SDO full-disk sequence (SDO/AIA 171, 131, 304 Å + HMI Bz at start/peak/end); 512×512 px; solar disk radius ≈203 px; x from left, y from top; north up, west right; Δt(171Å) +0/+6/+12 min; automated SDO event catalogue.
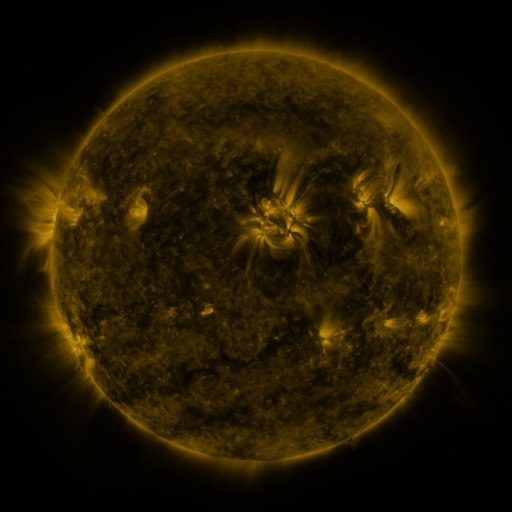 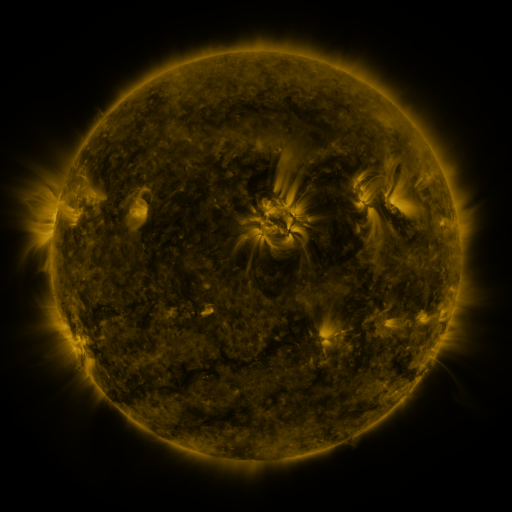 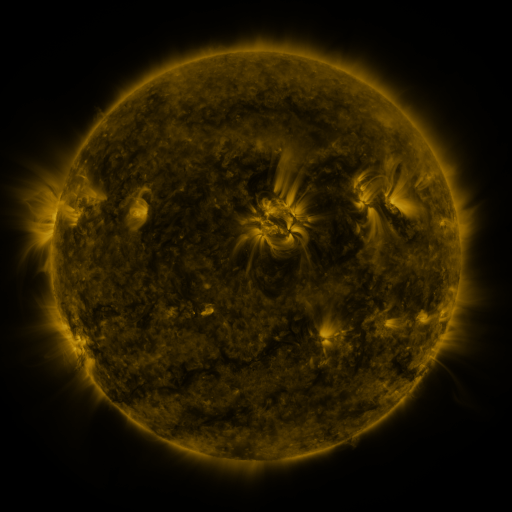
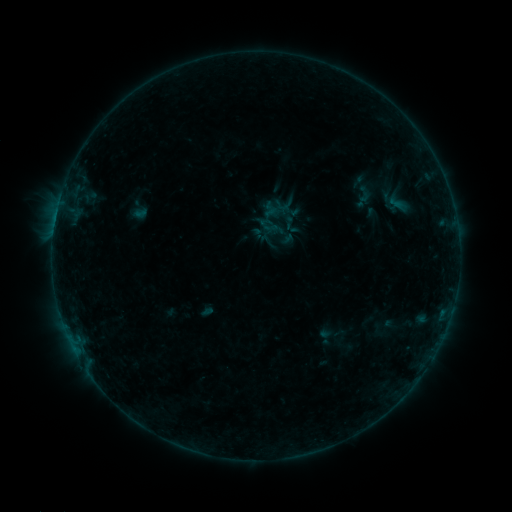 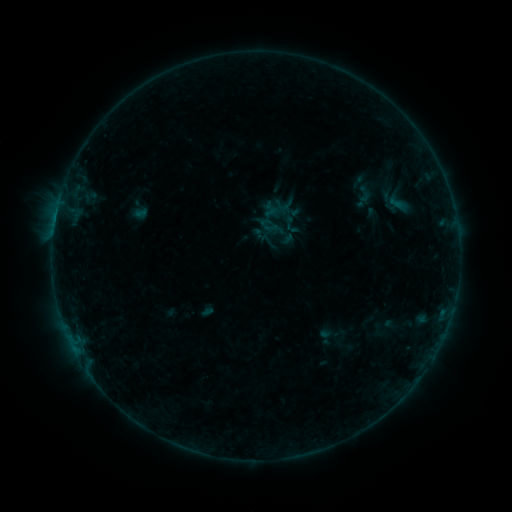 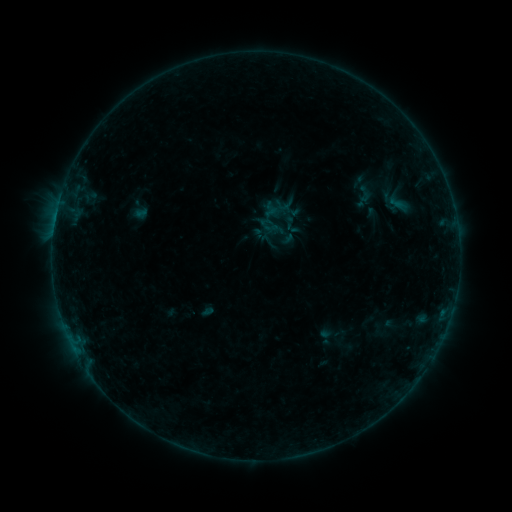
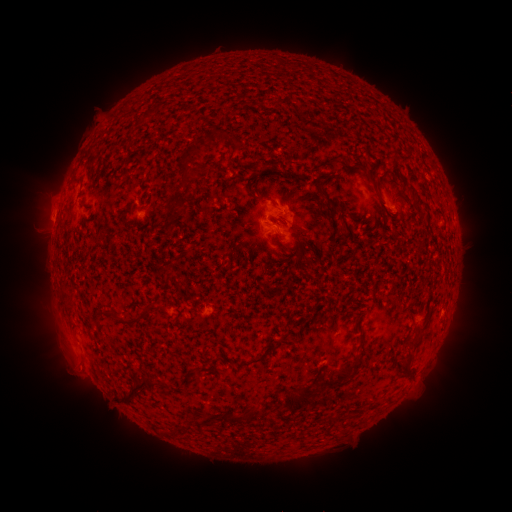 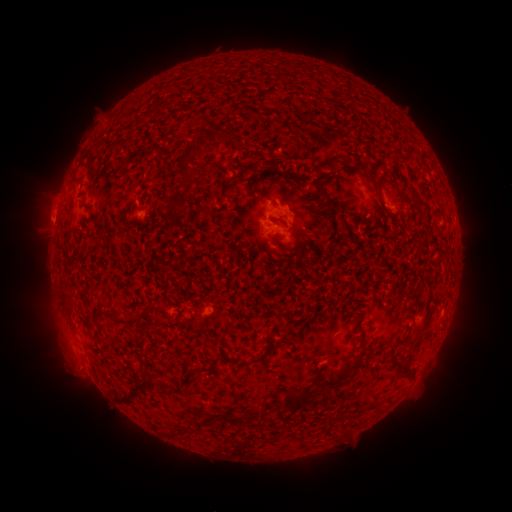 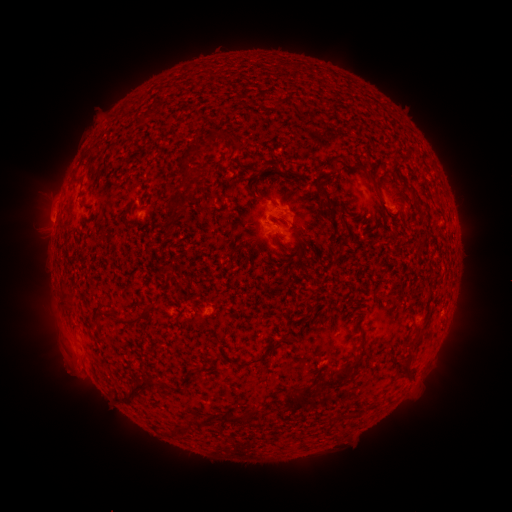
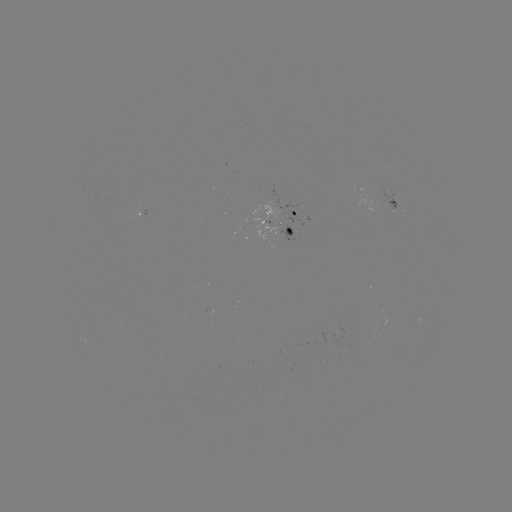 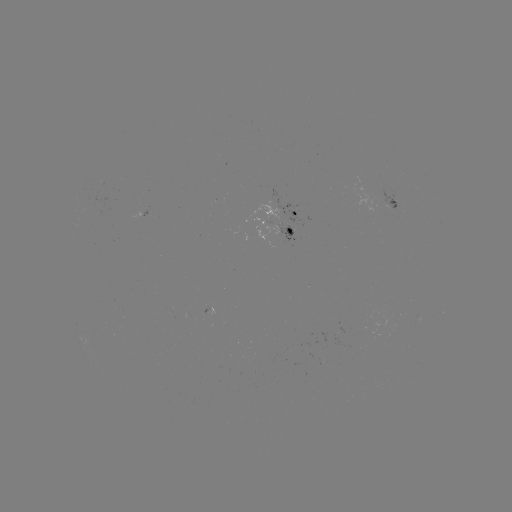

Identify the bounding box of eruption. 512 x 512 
[48, 351, 85, 391].